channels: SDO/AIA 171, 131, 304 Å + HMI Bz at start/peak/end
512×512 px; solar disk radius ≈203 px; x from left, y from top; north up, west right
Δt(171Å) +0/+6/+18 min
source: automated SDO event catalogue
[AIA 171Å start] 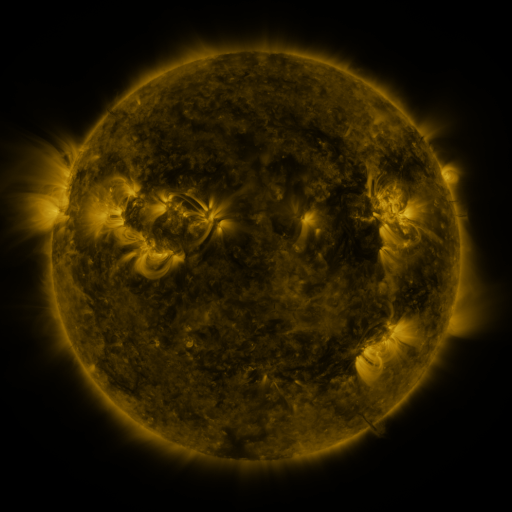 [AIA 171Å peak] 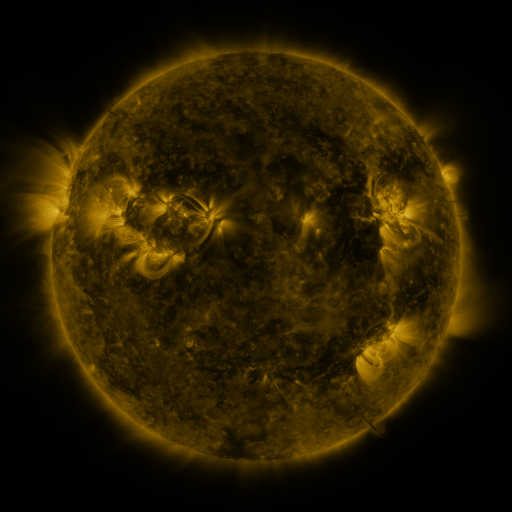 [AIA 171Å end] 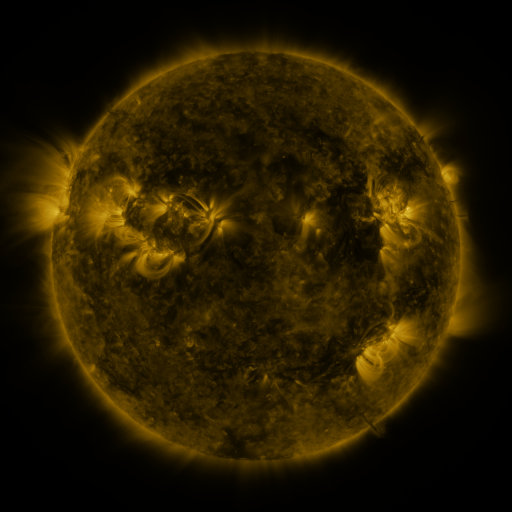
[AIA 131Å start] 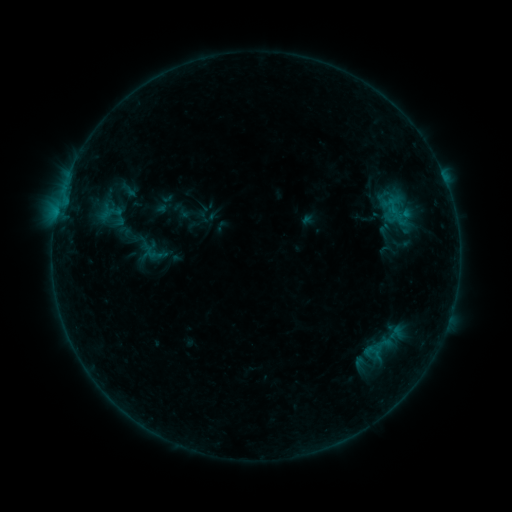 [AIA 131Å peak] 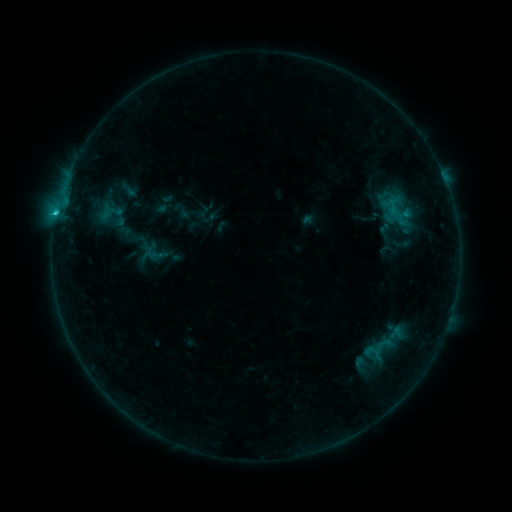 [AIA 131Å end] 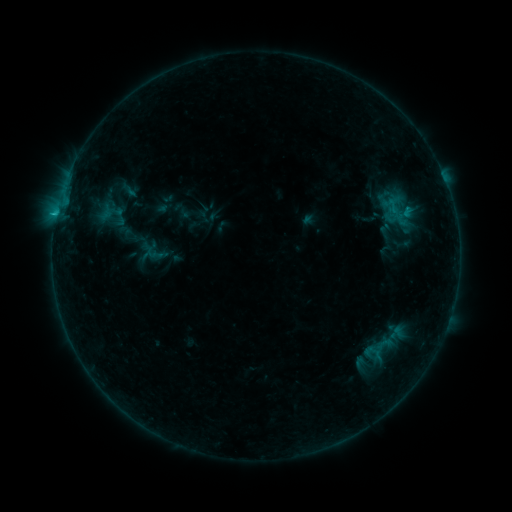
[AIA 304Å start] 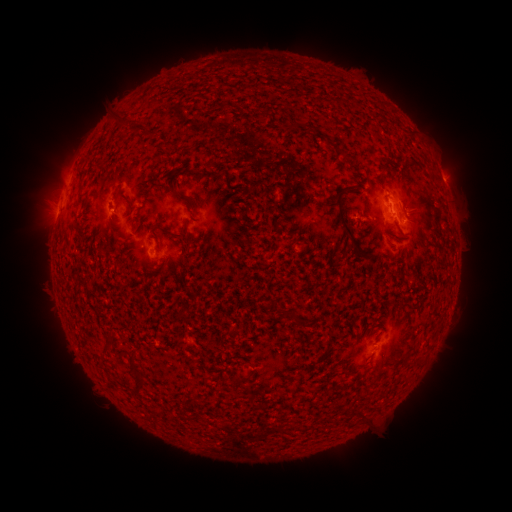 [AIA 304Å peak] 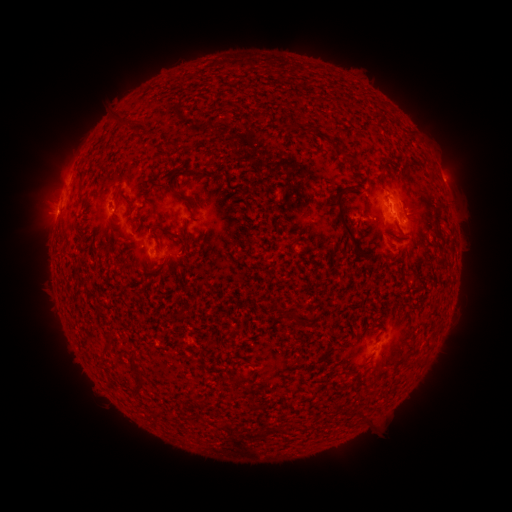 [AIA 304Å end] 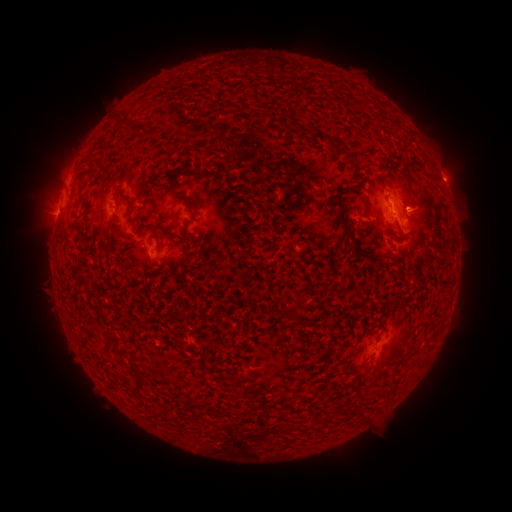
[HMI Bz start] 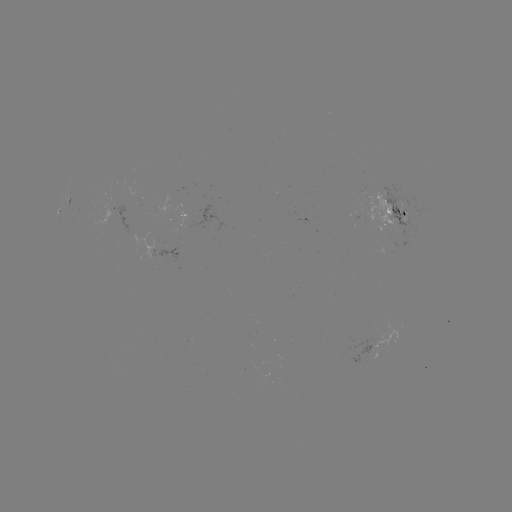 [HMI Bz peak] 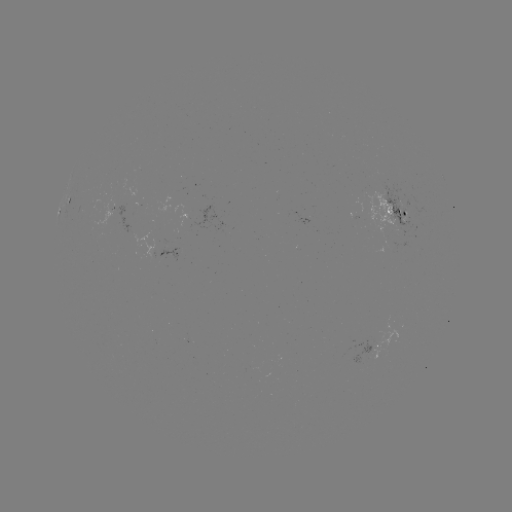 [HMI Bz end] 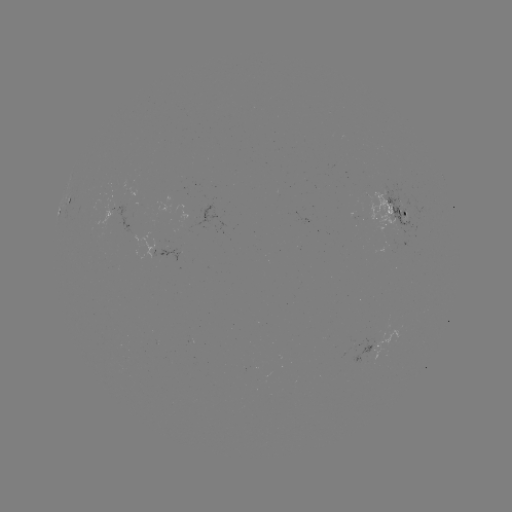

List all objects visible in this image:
B9.5 flare: (57, 214)
